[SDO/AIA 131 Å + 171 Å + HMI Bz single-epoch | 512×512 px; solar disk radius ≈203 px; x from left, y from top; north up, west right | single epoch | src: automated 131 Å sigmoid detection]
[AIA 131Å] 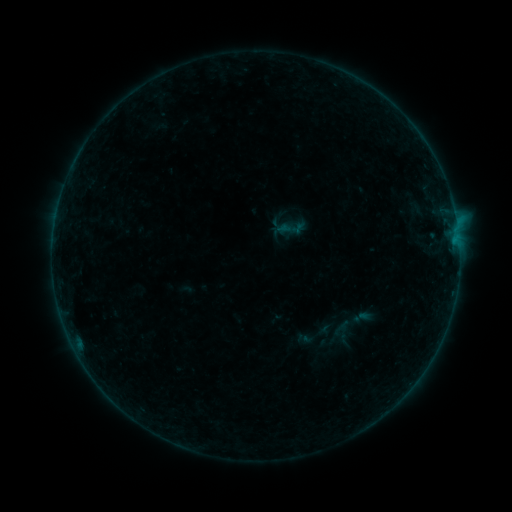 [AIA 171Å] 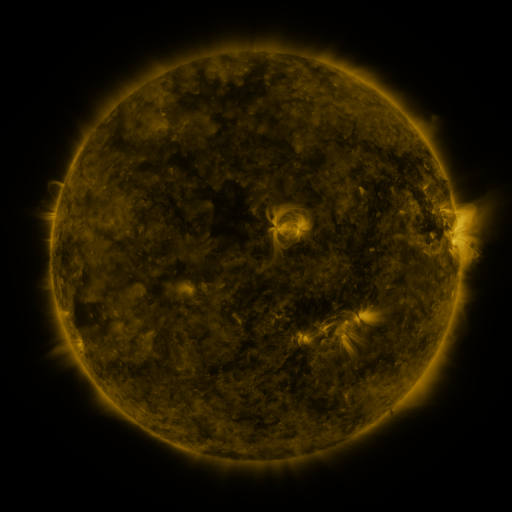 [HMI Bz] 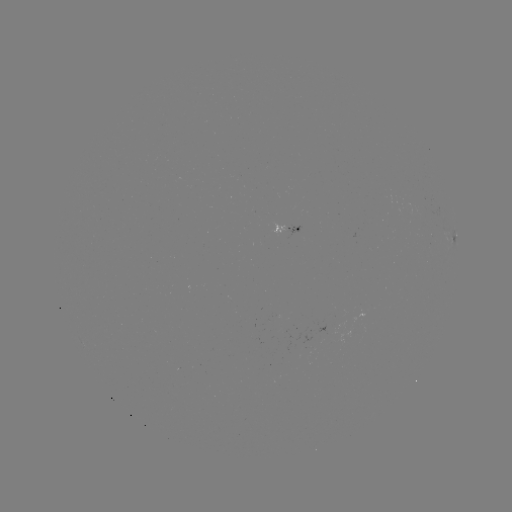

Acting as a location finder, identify sigmoid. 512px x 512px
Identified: (343, 333).